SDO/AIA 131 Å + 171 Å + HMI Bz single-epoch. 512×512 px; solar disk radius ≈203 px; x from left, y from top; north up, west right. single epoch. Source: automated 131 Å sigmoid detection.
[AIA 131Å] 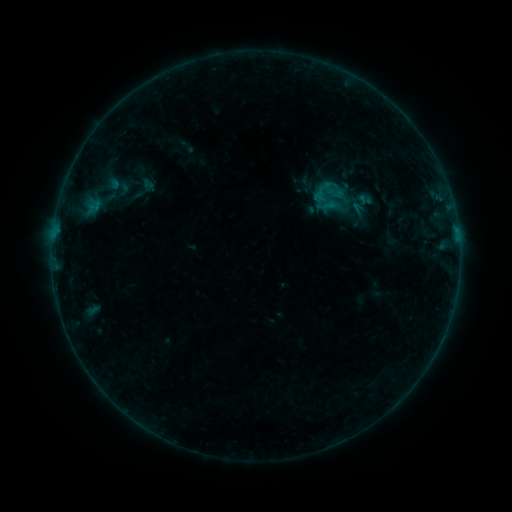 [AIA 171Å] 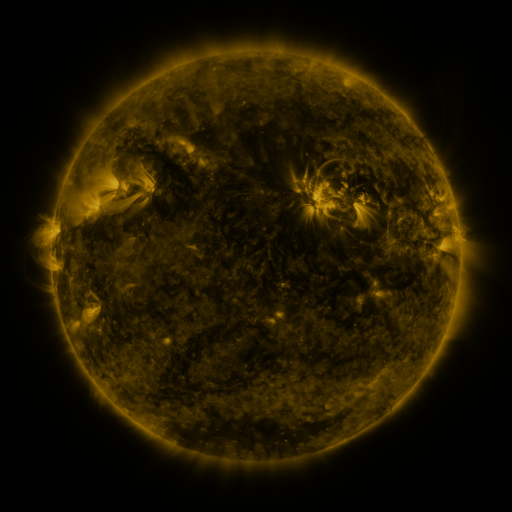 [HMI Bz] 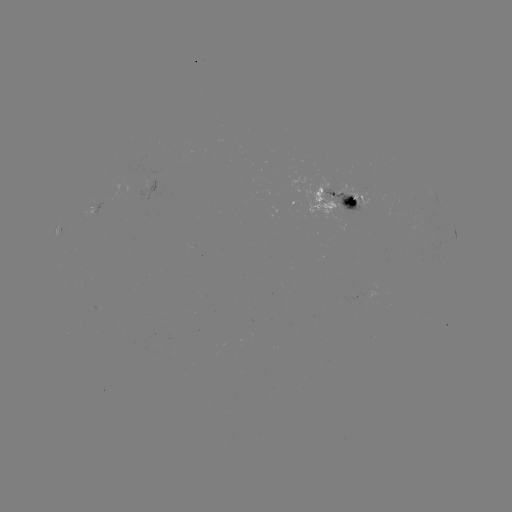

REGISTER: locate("sigmoid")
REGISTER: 329,192